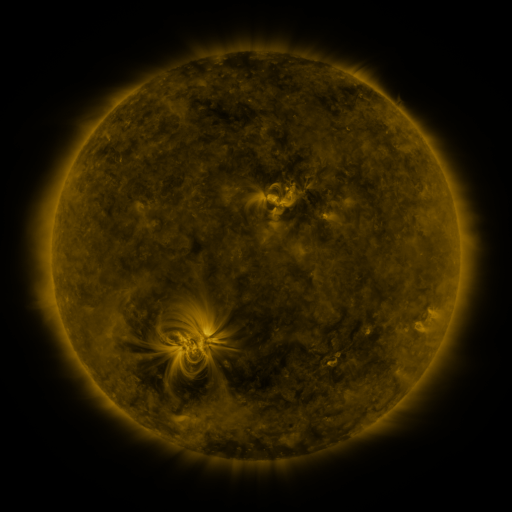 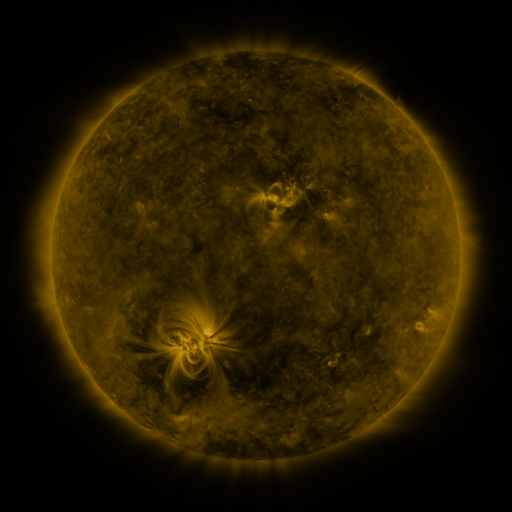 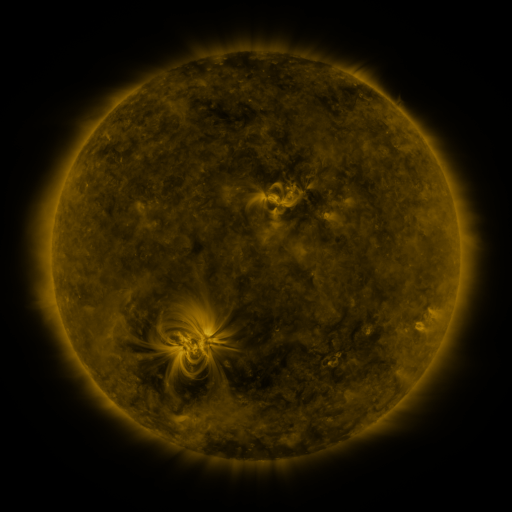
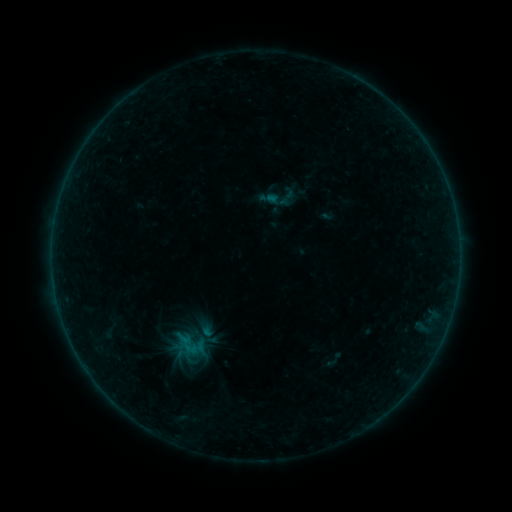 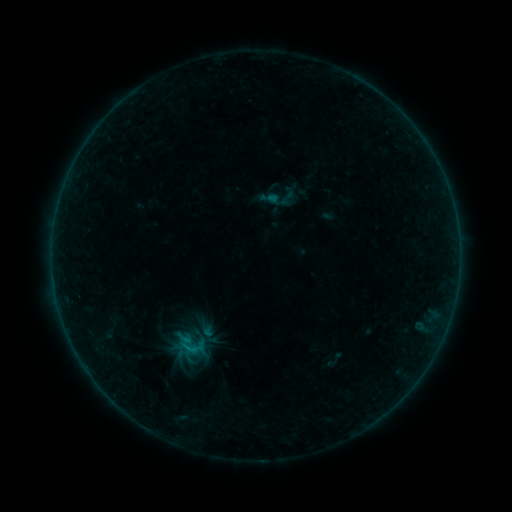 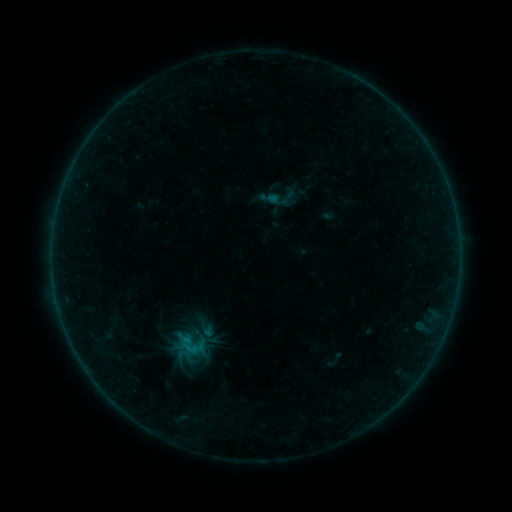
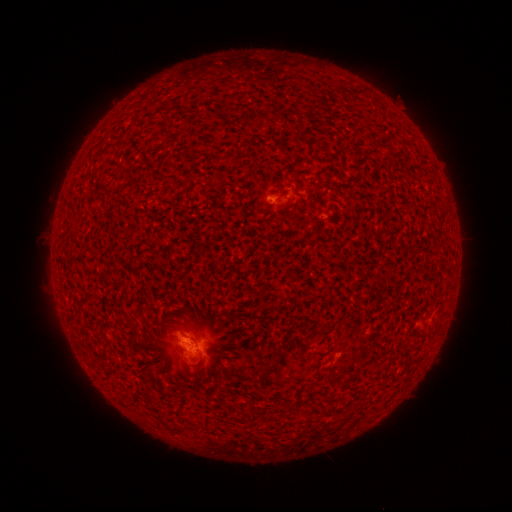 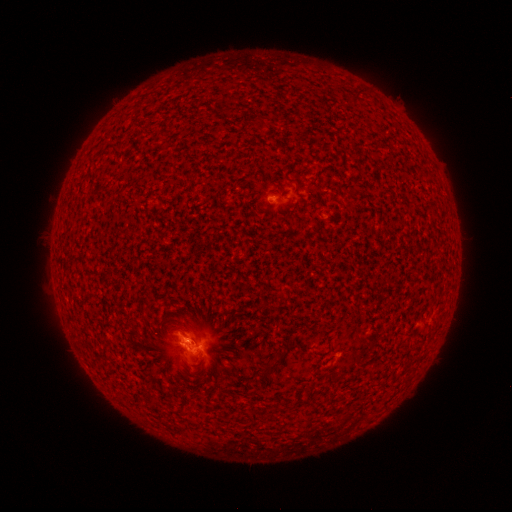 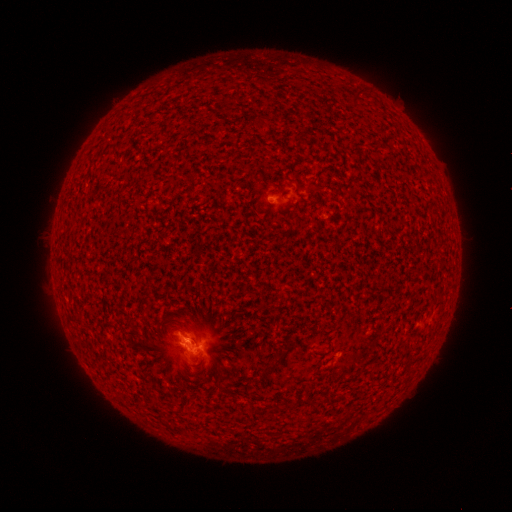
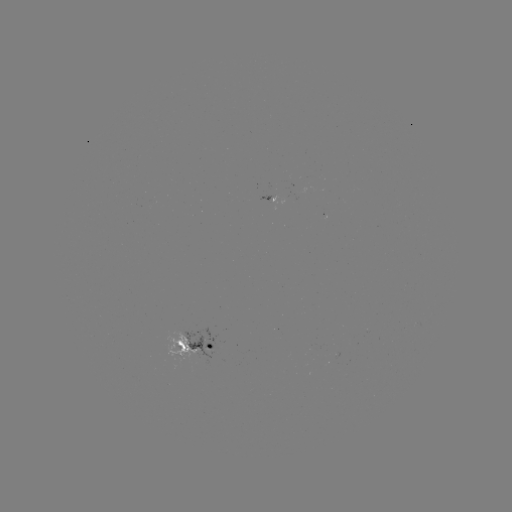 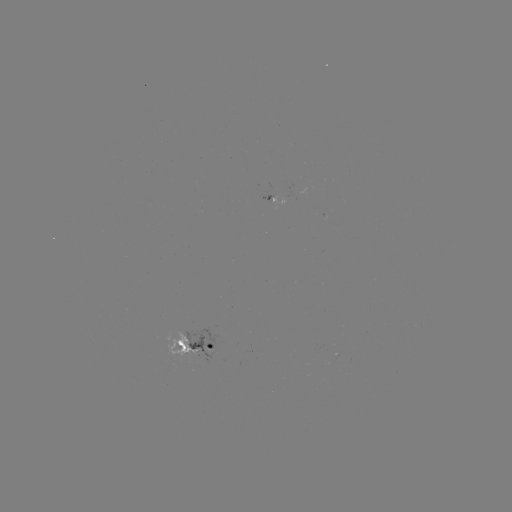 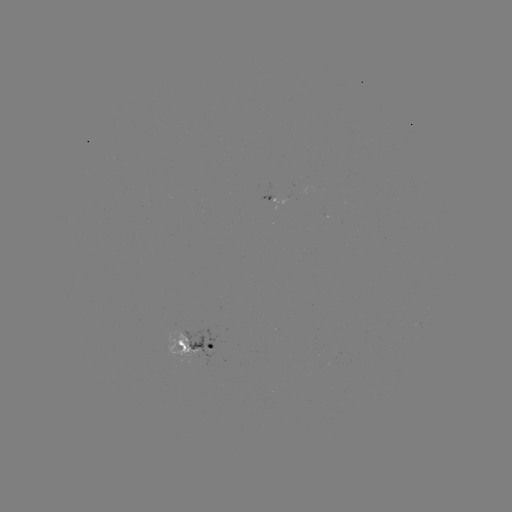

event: flare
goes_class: B4.4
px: (192, 349)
